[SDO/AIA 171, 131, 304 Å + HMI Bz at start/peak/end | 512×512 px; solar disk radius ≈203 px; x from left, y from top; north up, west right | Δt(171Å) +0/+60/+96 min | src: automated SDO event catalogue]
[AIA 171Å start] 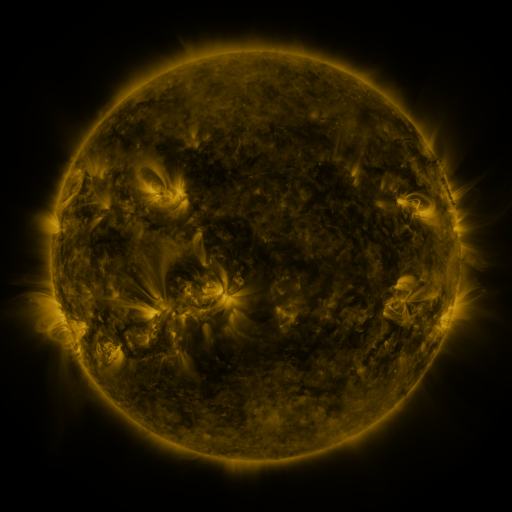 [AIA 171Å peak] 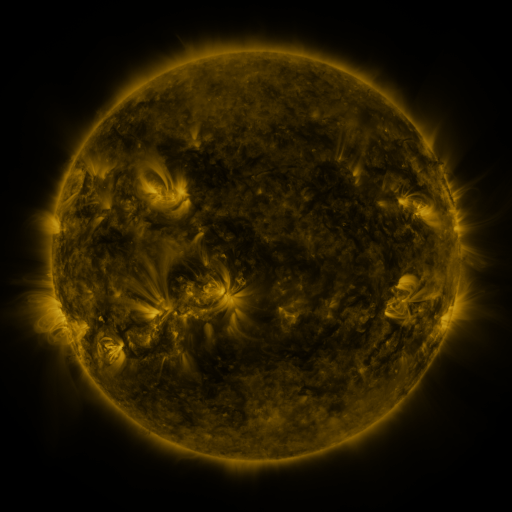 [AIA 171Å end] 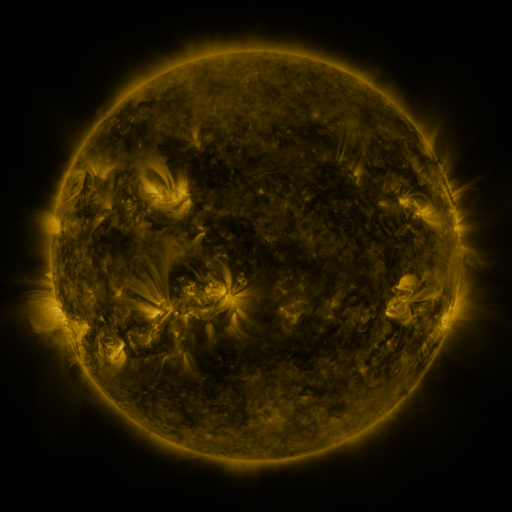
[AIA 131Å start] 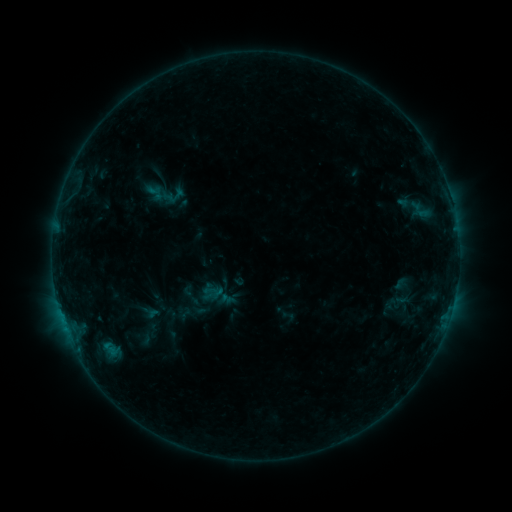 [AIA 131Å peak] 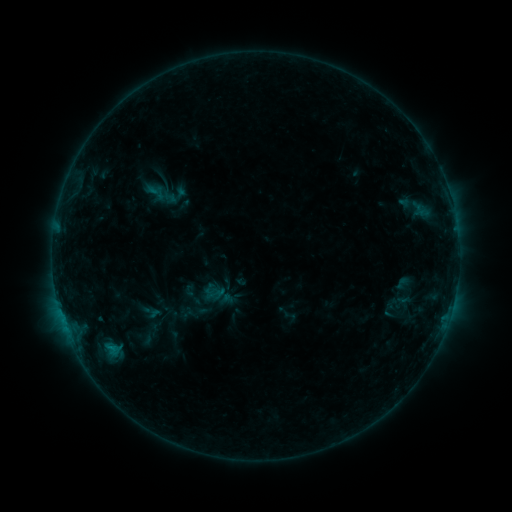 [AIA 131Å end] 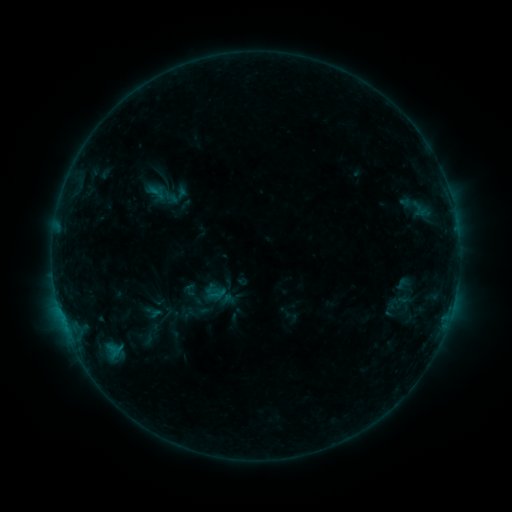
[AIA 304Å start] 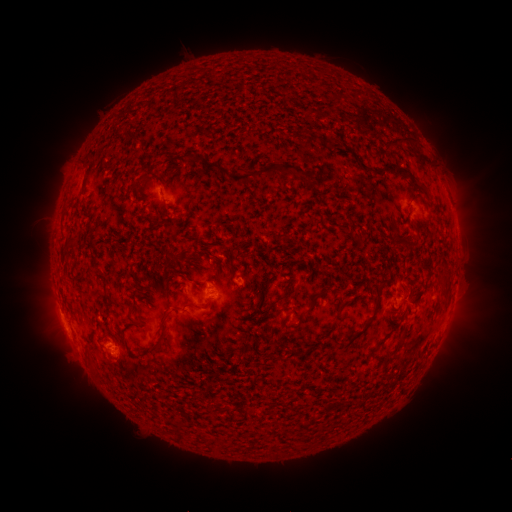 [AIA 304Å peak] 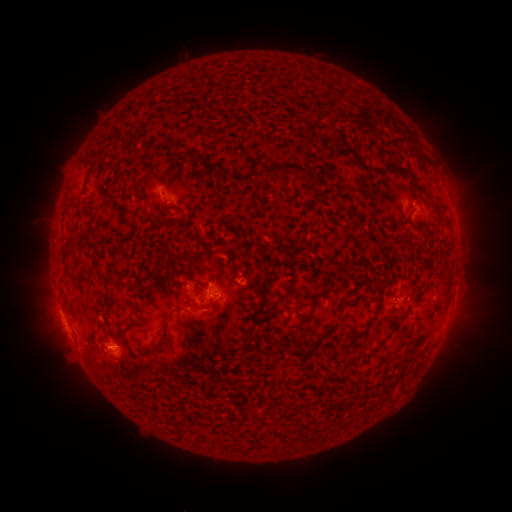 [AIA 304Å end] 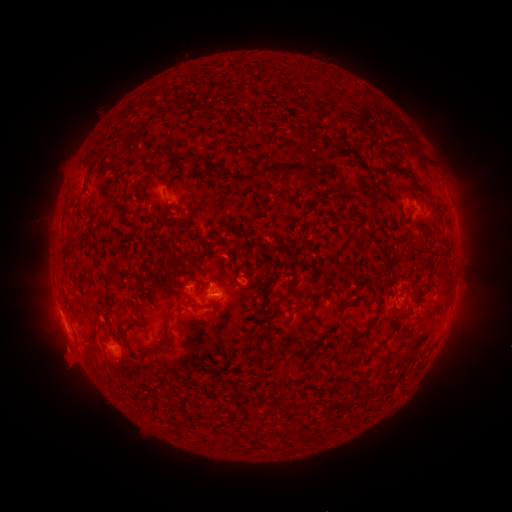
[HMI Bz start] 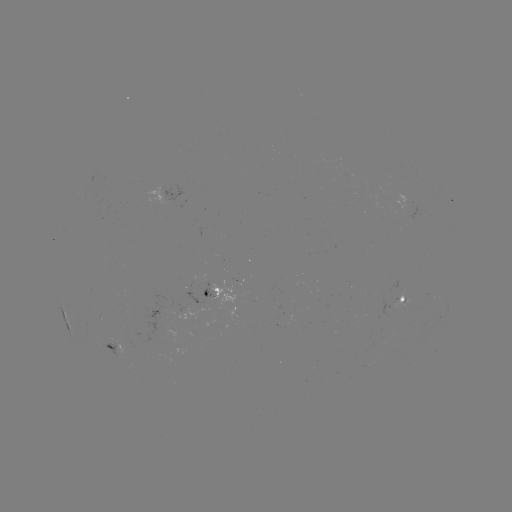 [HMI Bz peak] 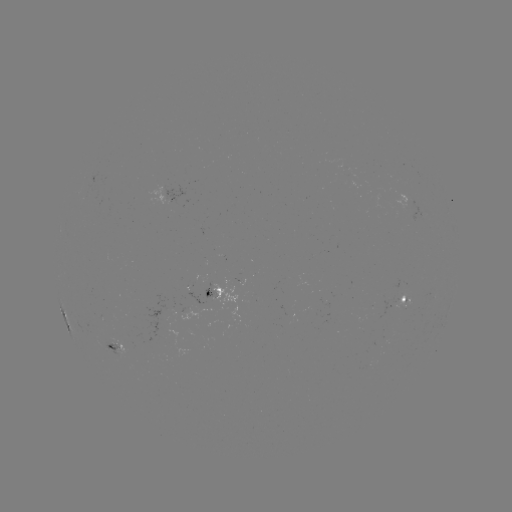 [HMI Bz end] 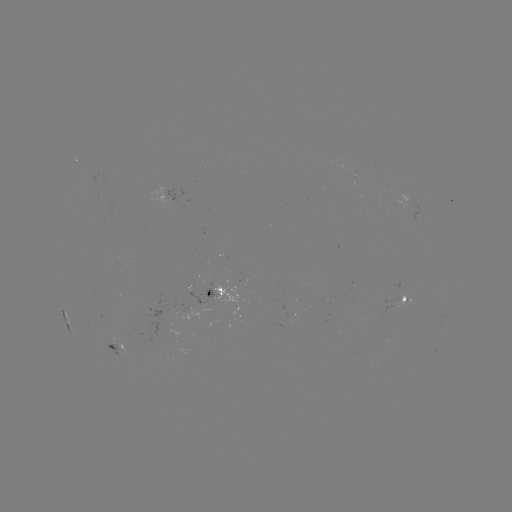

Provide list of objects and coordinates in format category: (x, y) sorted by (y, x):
emerging-flux region: (113, 342)
